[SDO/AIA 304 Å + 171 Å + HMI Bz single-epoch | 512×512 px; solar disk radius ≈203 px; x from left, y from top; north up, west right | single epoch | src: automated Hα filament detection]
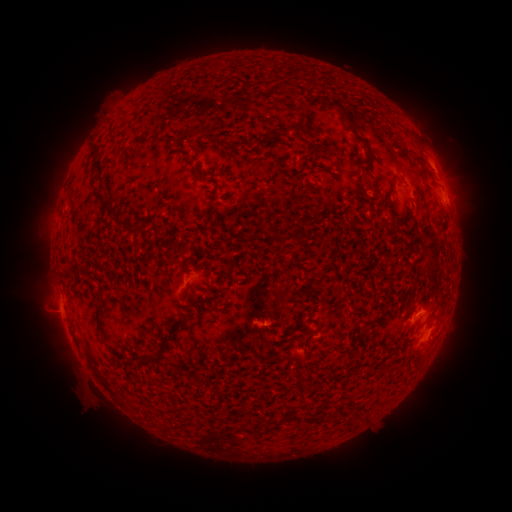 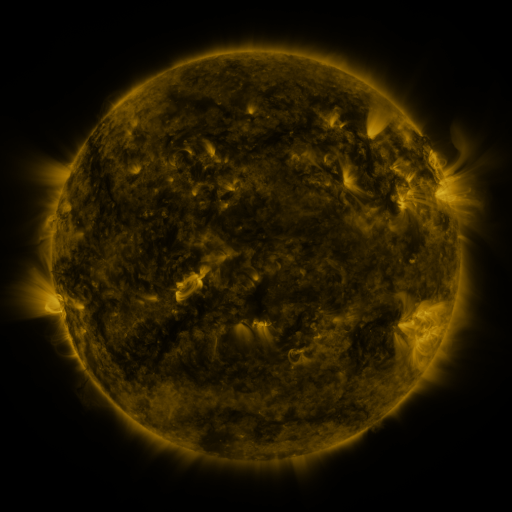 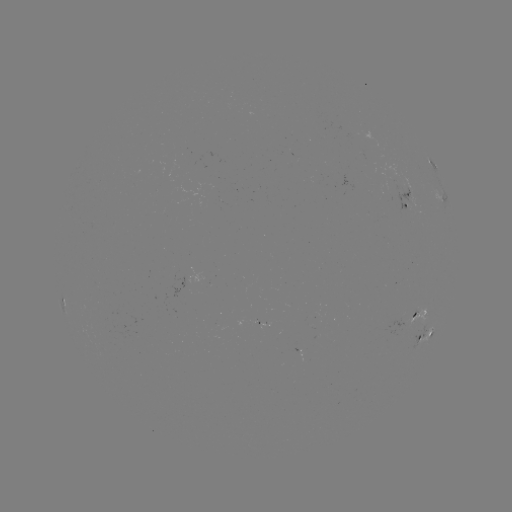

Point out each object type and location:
filament: [327, 100, 369, 148]
filament: [290, 106, 301, 114]
filament: [340, 114, 347, 123]
filament: [291, 123, 301, 132]
filament: [391, 177, 399, 186]
filament: [105, 196, 120, 216]
filament: [420, 227, 432, 240]
filament: [293, 235, 305, 245]
filament: [94, 303, 103, 330]
filament: [284, 355, 295, 363]
